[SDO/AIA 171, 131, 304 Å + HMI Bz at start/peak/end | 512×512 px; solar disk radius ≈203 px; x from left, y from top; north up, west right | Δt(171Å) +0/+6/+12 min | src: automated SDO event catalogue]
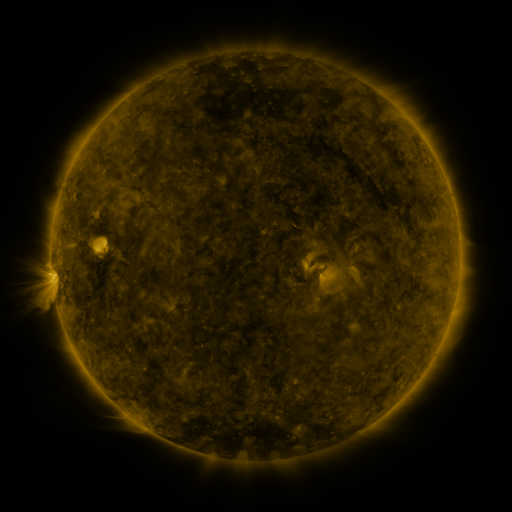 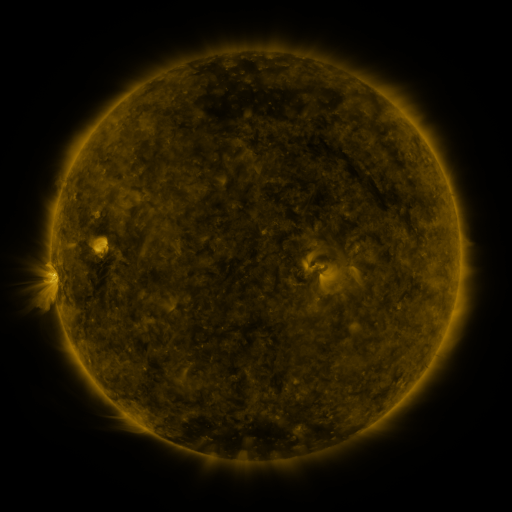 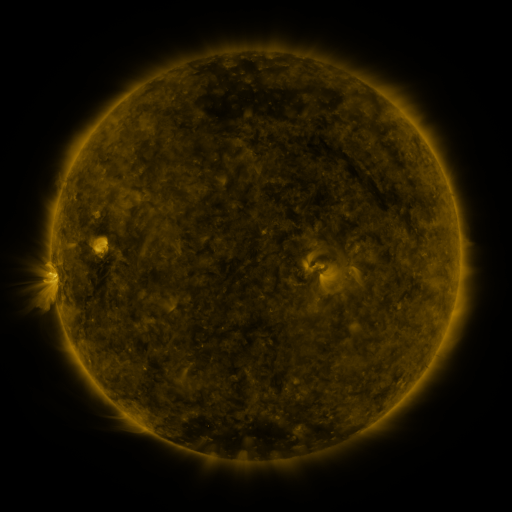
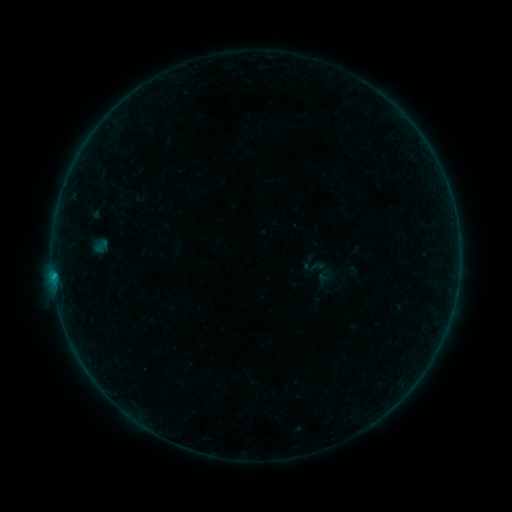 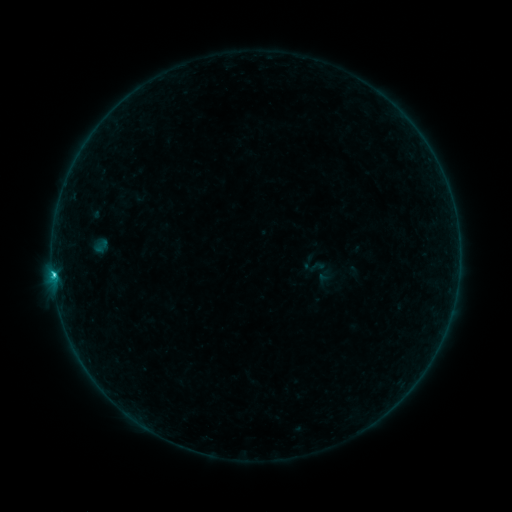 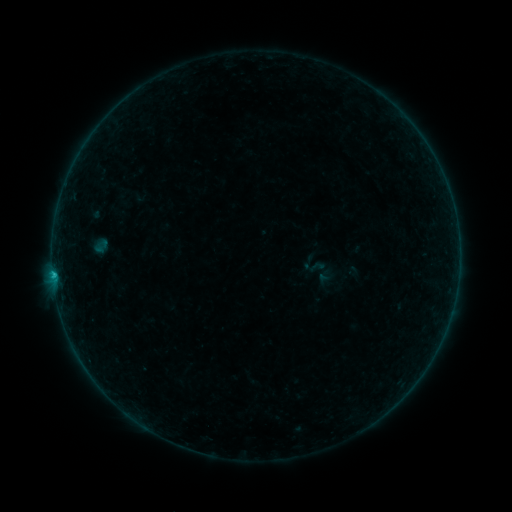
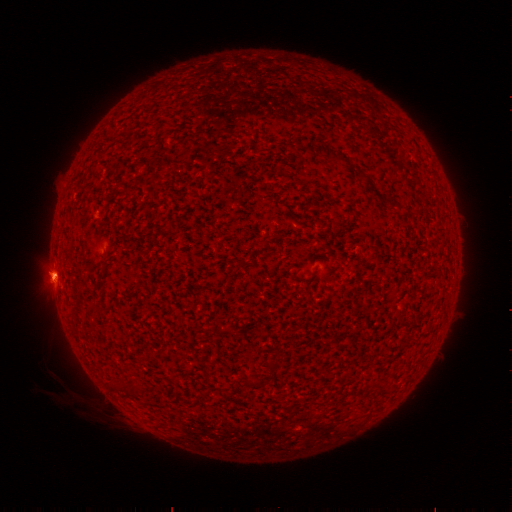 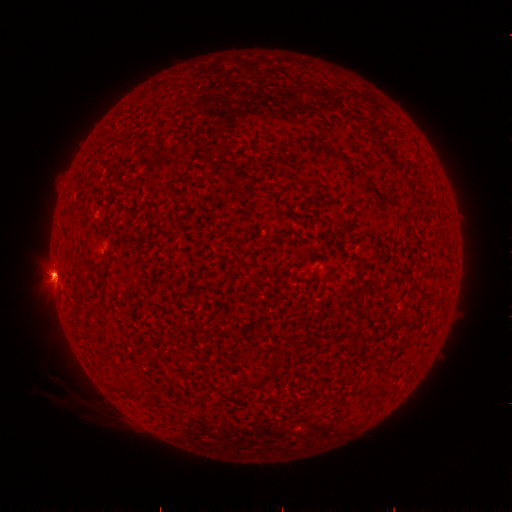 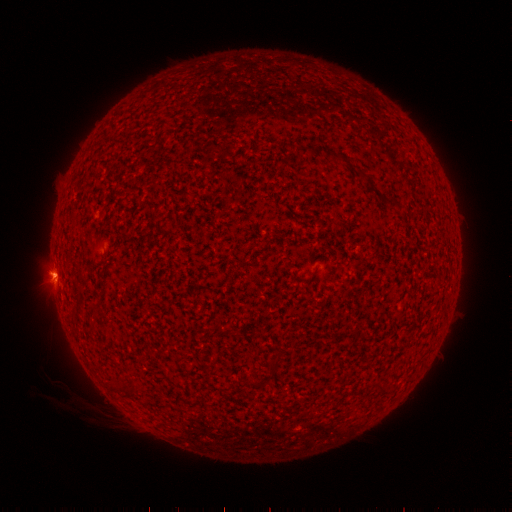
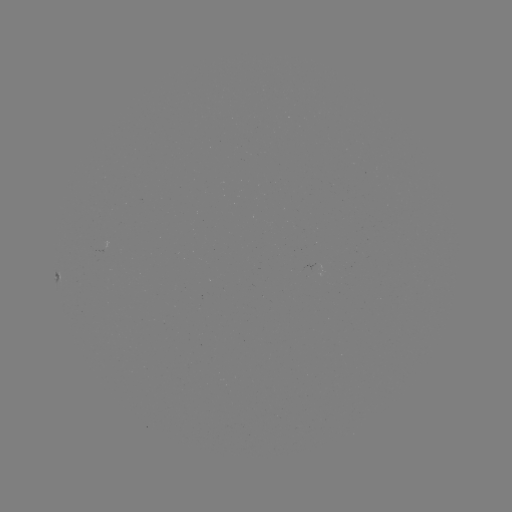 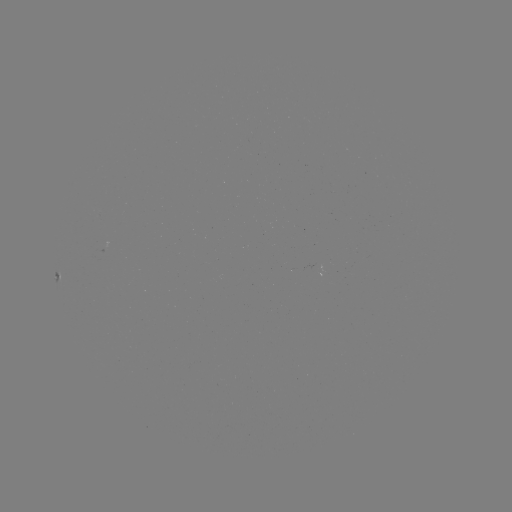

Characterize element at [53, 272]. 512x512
C1.1 flare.